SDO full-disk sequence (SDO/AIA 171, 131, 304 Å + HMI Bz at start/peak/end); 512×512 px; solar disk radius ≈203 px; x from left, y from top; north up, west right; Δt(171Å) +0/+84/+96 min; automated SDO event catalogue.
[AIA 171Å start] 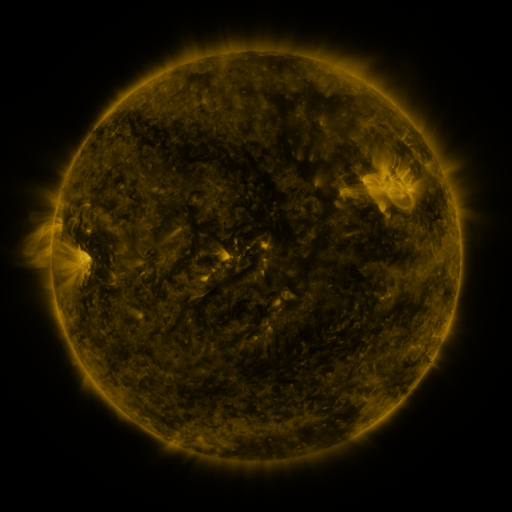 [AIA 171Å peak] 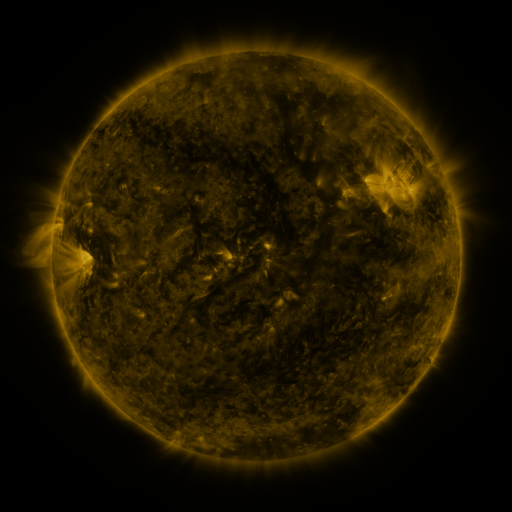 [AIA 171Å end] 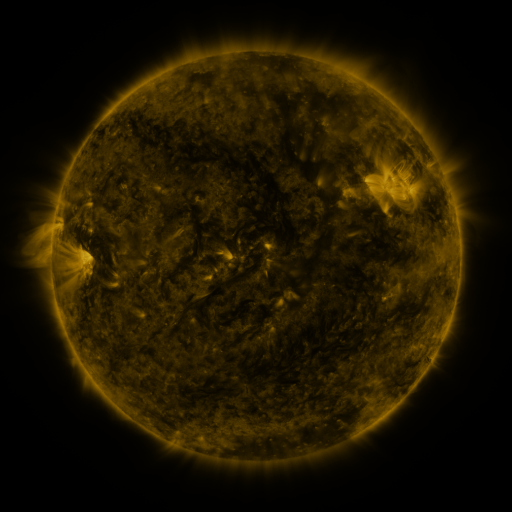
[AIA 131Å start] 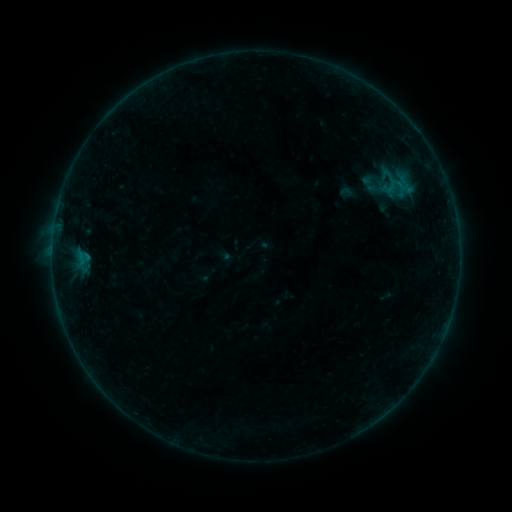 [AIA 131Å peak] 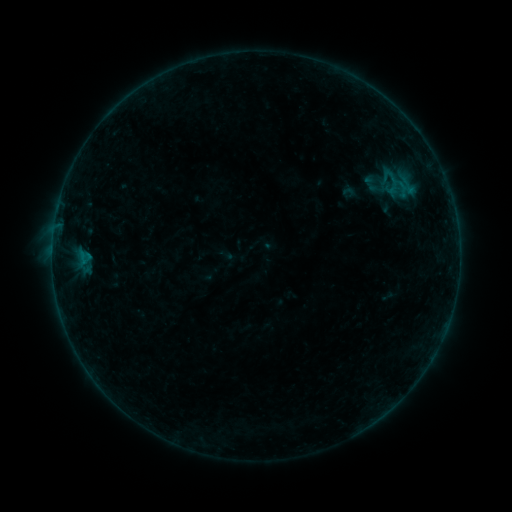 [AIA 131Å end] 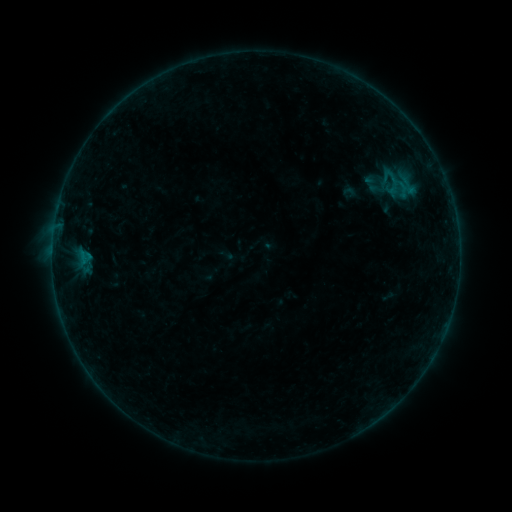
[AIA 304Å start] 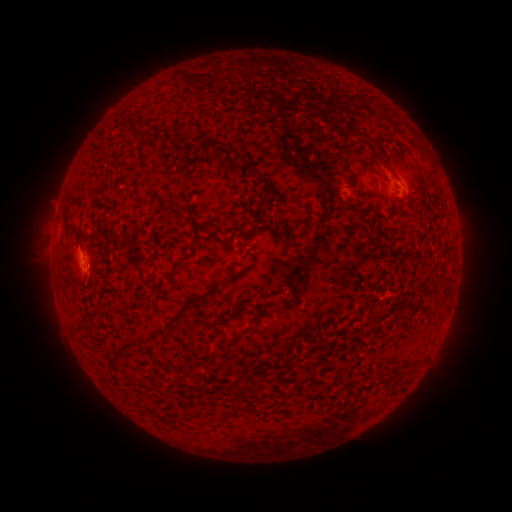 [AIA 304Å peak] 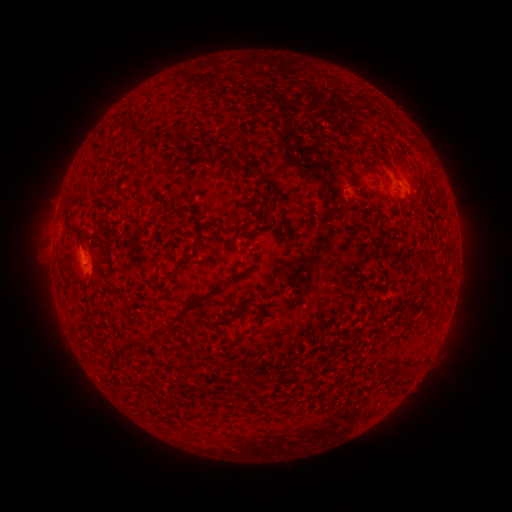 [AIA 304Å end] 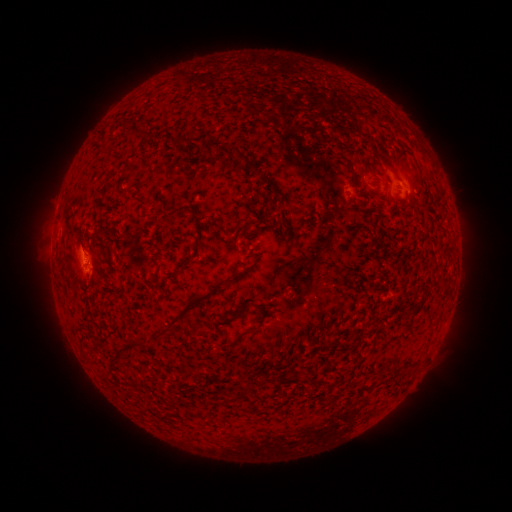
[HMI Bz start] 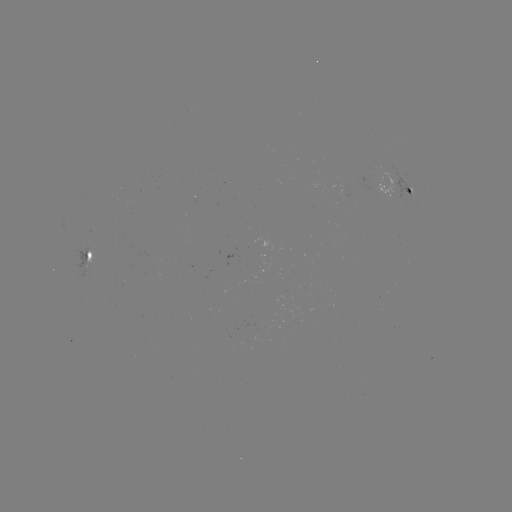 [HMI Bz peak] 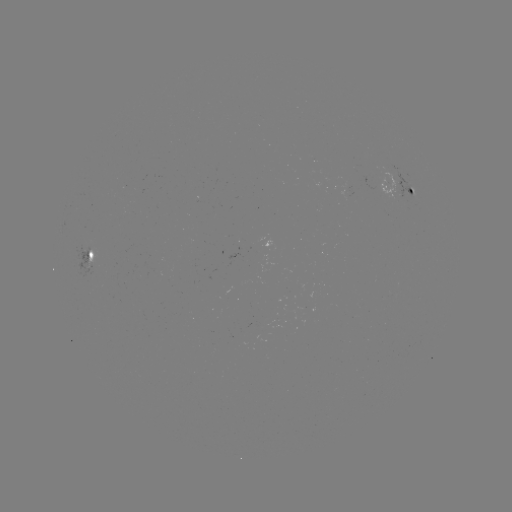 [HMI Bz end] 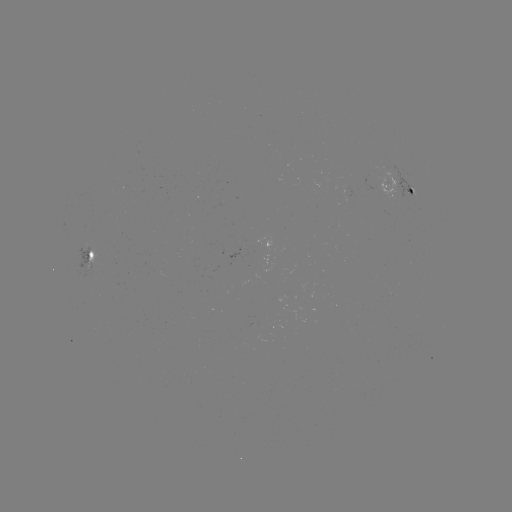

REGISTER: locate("emerging-flux region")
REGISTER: (406, 190)